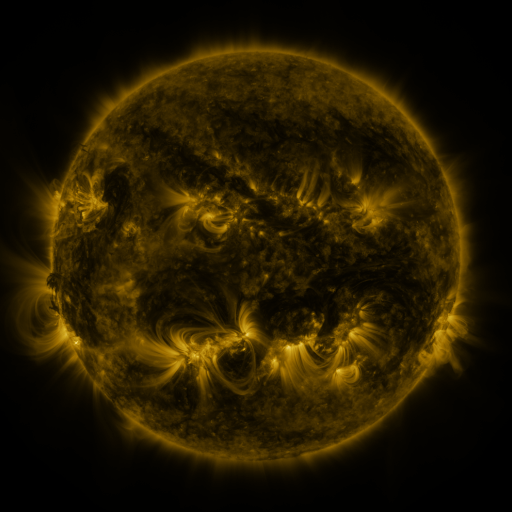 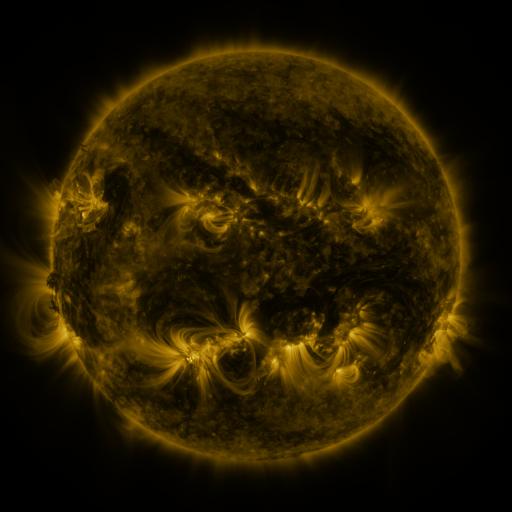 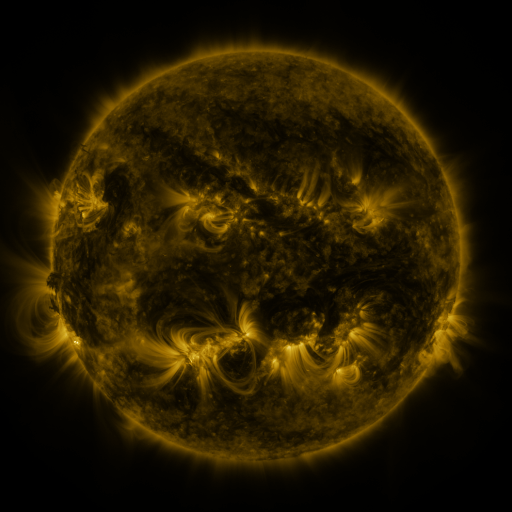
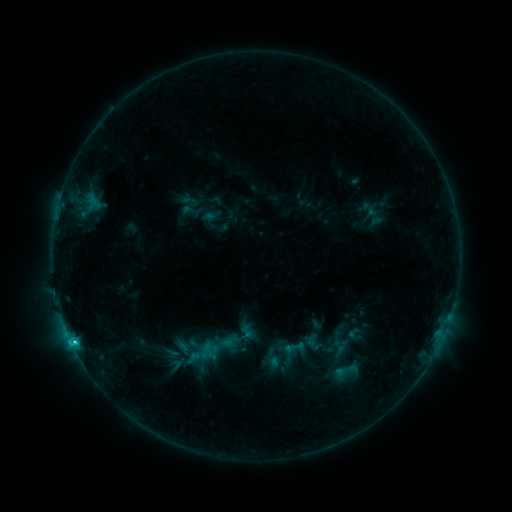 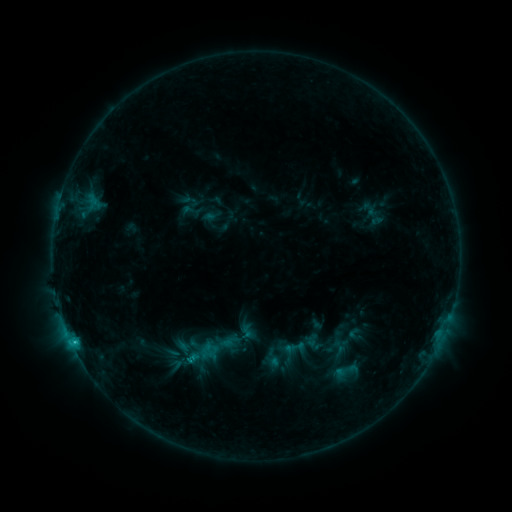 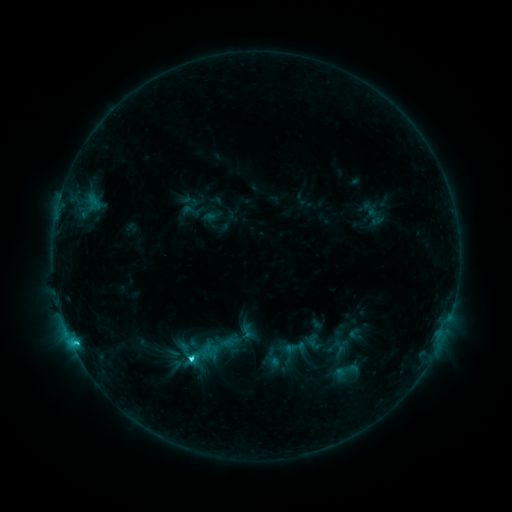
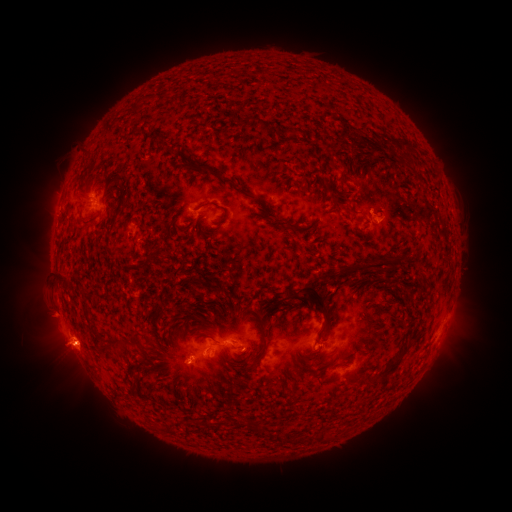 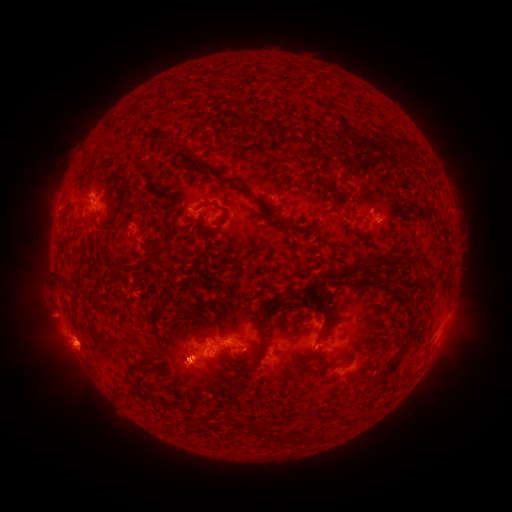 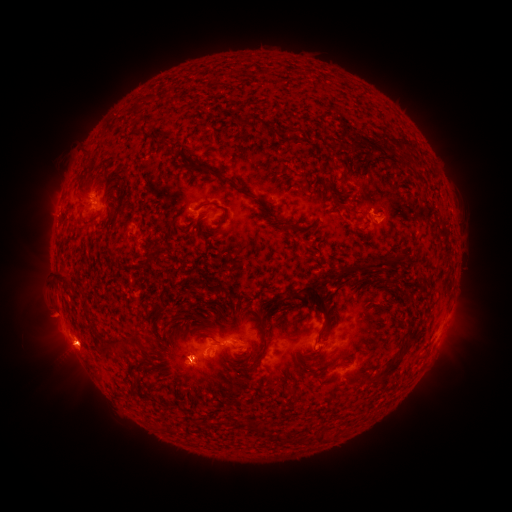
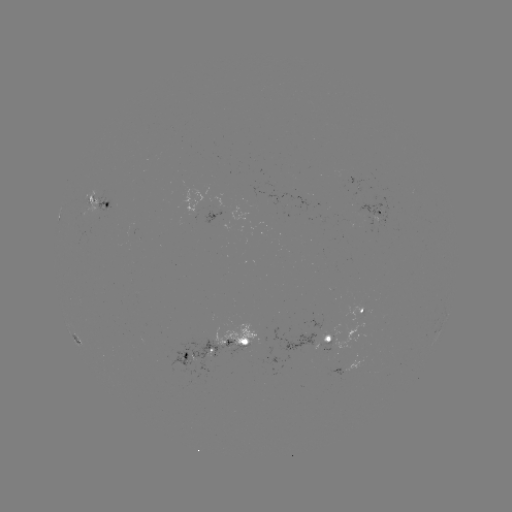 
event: eruption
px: (65, 351)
